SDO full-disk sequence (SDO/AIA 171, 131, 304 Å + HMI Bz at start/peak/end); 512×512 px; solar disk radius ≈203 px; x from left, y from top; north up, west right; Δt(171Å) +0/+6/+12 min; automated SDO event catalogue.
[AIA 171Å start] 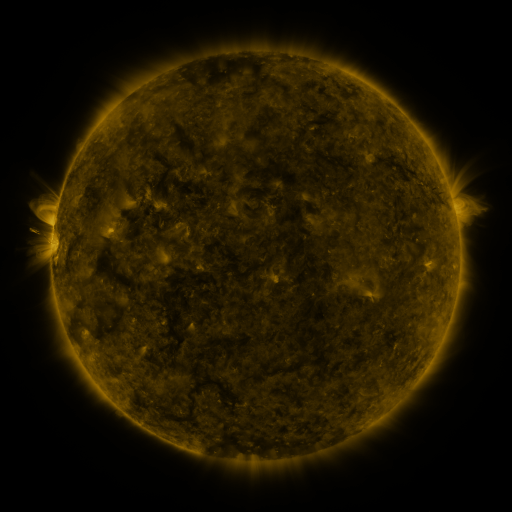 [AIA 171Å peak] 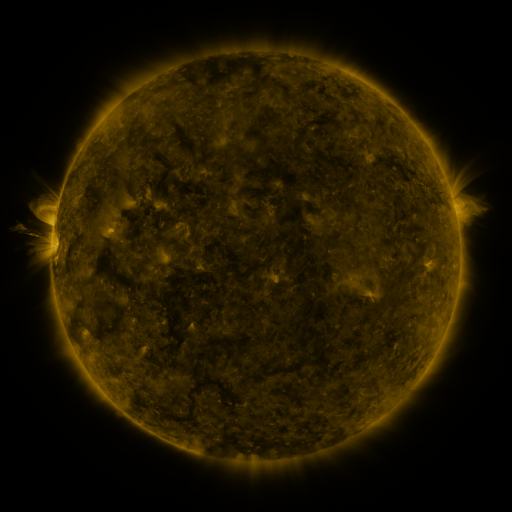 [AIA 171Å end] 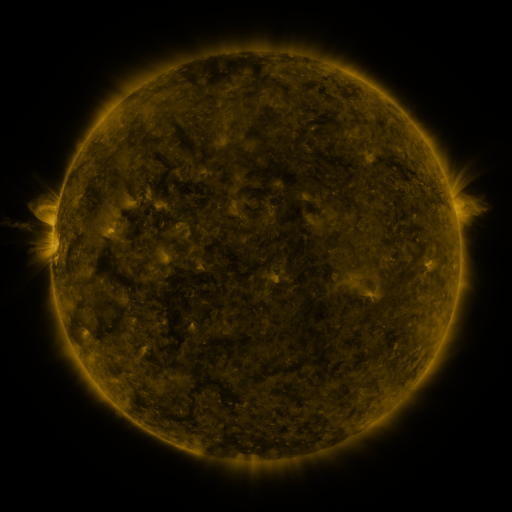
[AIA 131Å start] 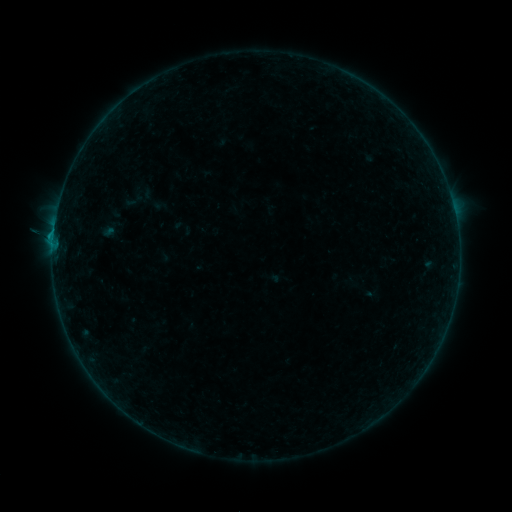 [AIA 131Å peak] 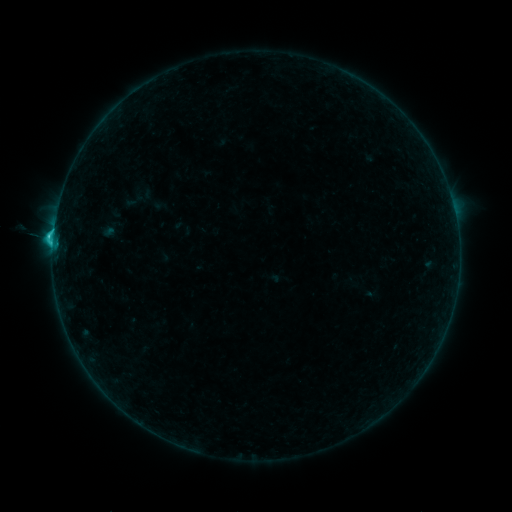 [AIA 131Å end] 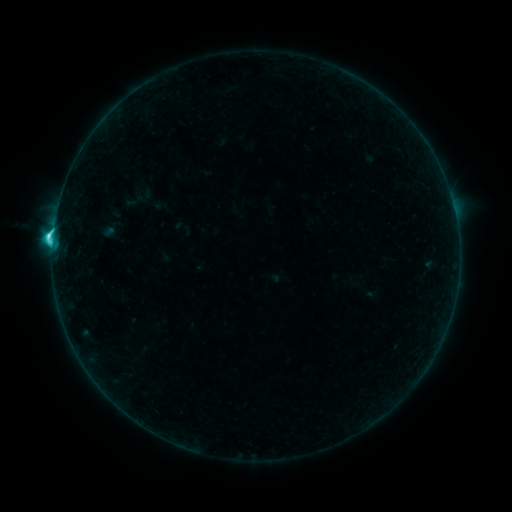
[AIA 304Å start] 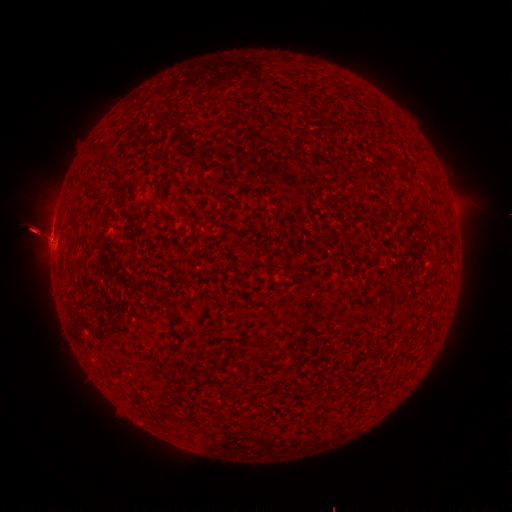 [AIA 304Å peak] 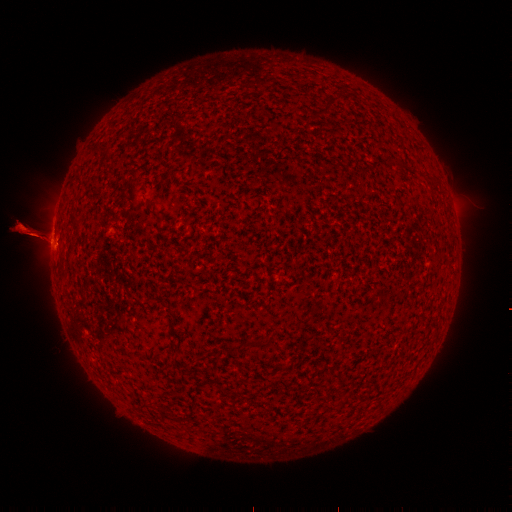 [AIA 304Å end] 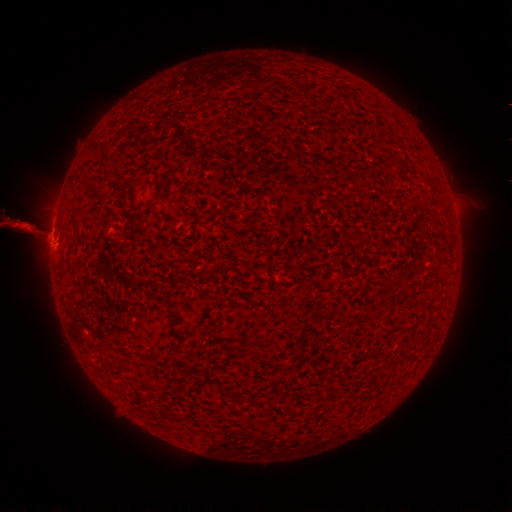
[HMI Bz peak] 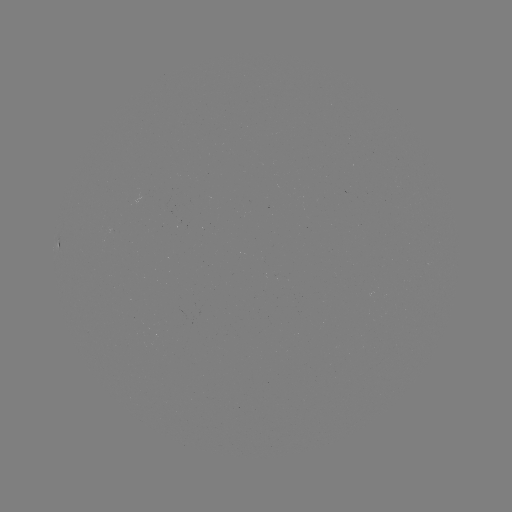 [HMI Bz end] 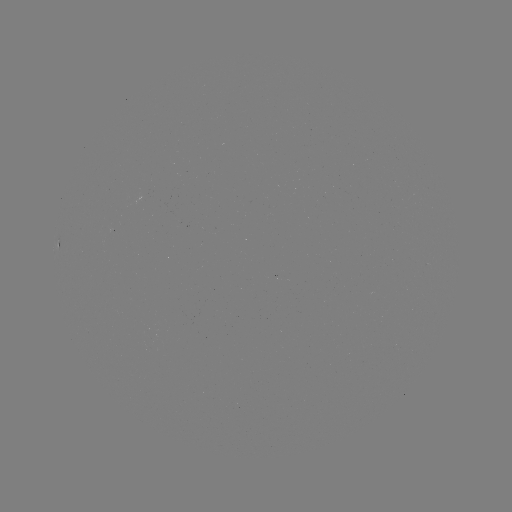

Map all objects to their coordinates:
eruption: (74, 236)
